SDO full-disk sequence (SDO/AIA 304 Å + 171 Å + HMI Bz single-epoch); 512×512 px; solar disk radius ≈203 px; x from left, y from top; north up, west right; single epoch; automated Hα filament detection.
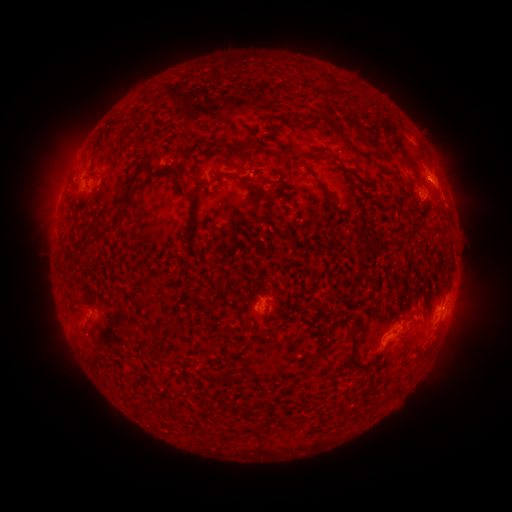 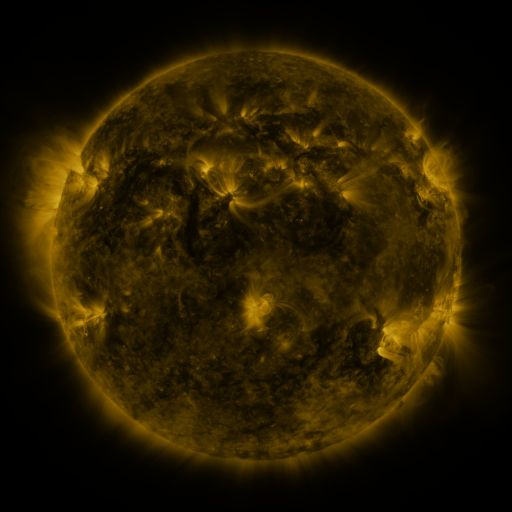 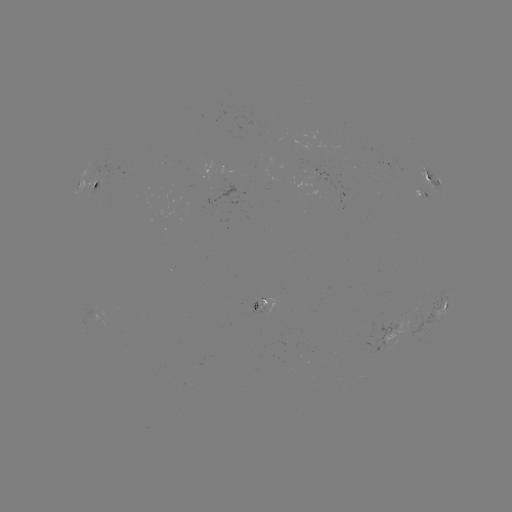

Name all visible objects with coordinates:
filament: (334, 127)
filament: (348, 142)
filament: (311, 173)
filament: (128, 198)
filament: (116, 223)
filament: (193, 236)
filament: (94, 238)
filament: (339, 241)
filament: (85, 325)
filament: (168, 336)
filament: (348, 360)
filament: (217, 377)
filament: (248, 411)
